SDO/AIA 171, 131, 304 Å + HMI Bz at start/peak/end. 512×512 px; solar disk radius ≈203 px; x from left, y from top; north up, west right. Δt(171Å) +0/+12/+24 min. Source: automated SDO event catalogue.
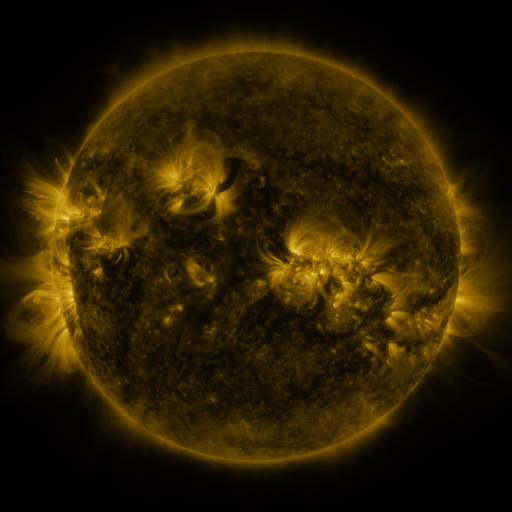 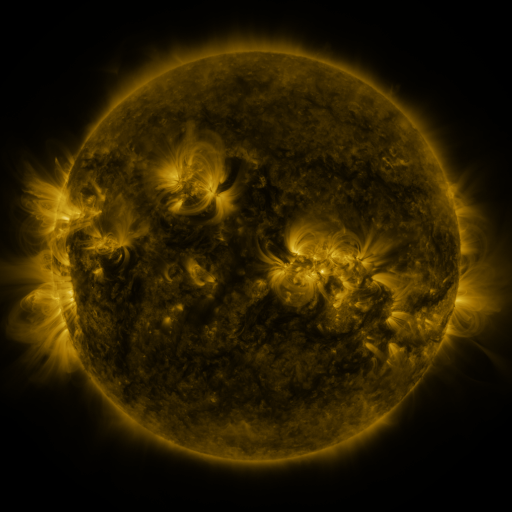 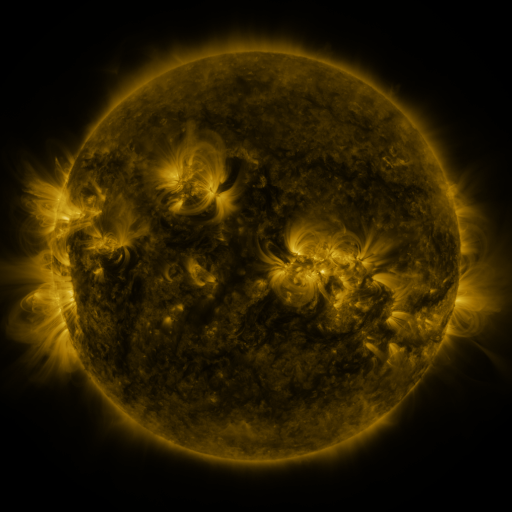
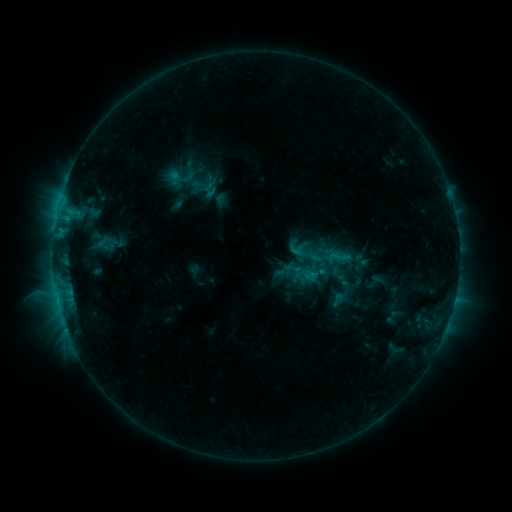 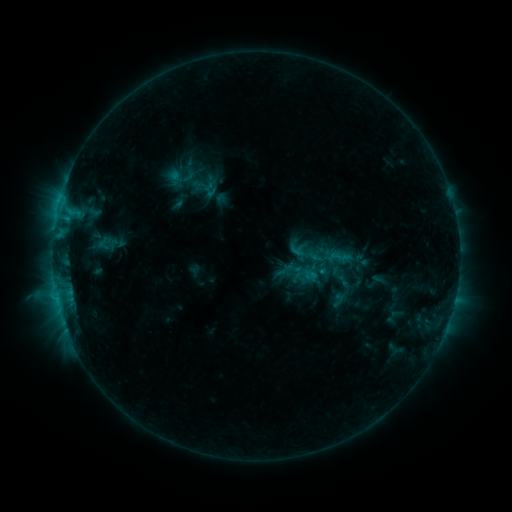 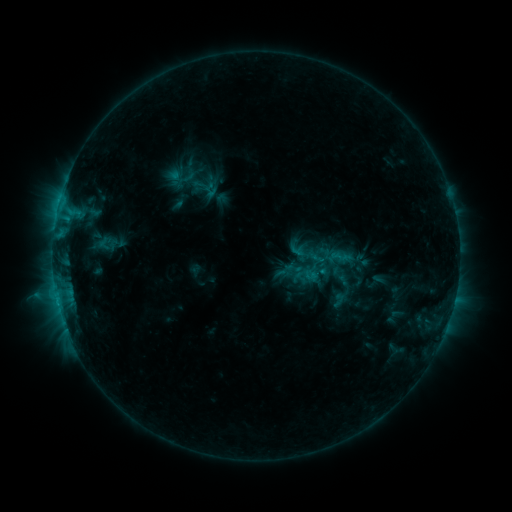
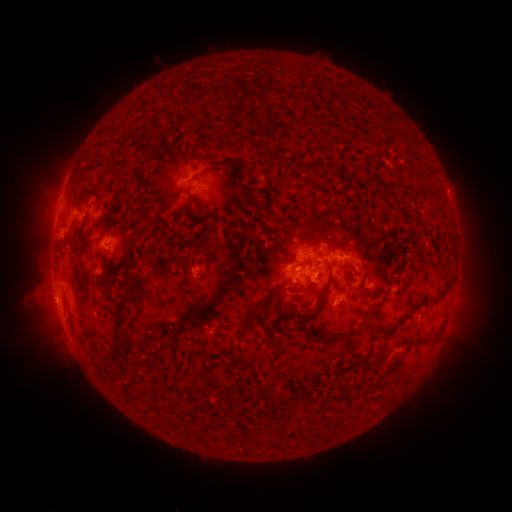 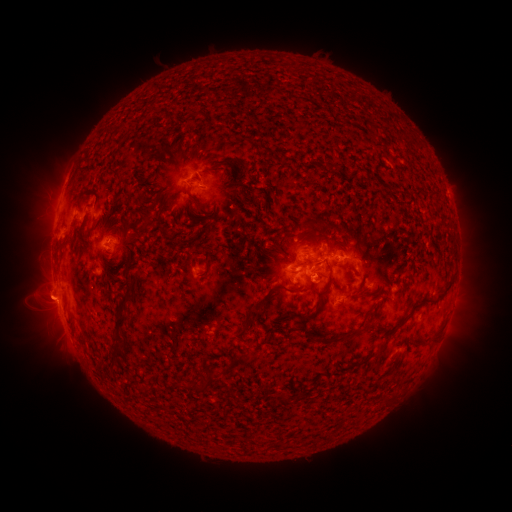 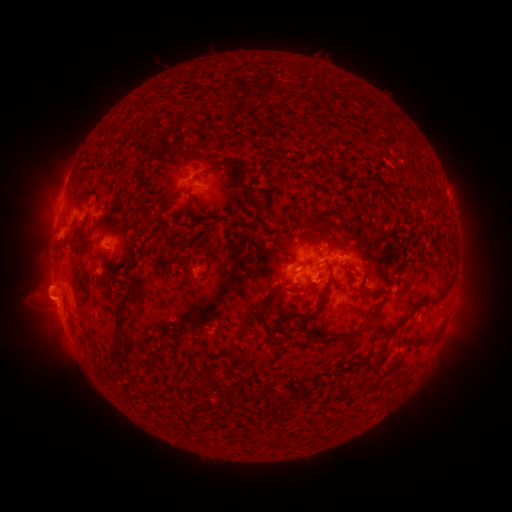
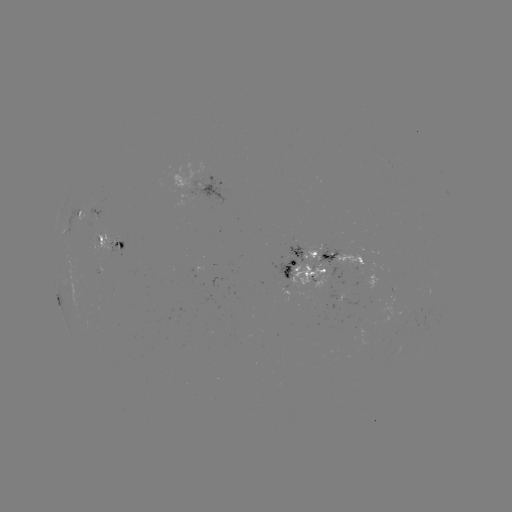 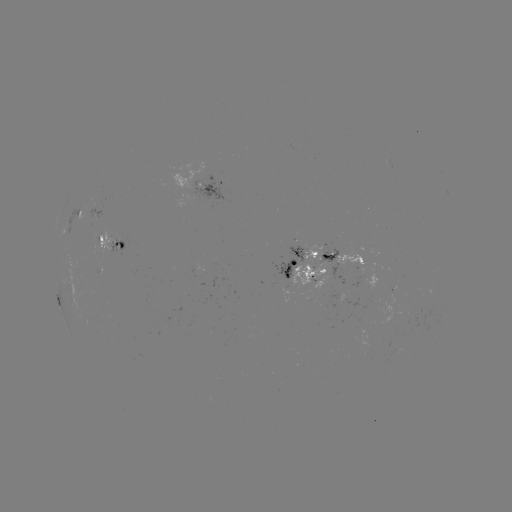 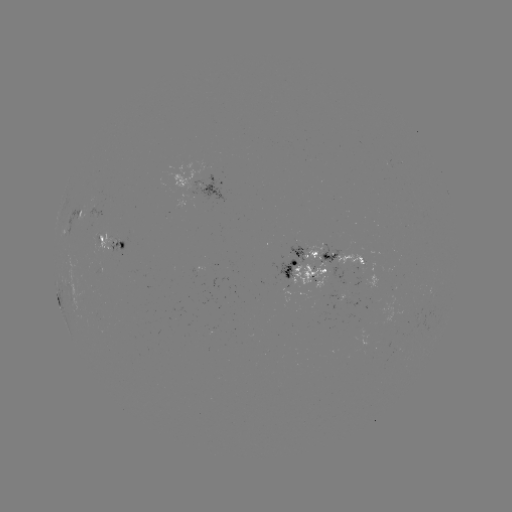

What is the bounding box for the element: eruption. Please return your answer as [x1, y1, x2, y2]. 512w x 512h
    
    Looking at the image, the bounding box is [18, 254, 78, 371].